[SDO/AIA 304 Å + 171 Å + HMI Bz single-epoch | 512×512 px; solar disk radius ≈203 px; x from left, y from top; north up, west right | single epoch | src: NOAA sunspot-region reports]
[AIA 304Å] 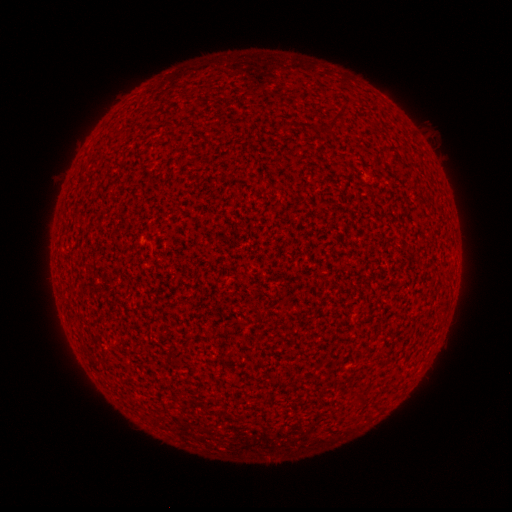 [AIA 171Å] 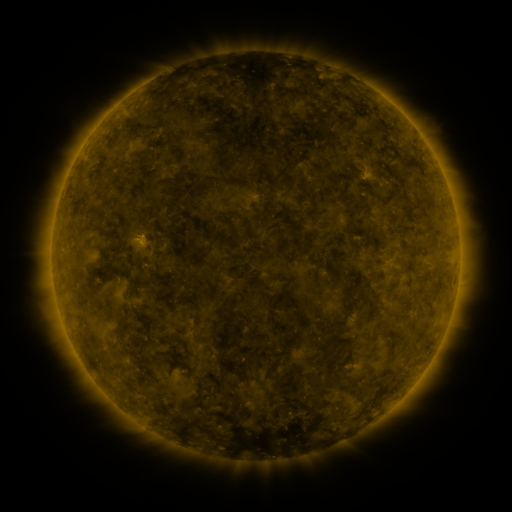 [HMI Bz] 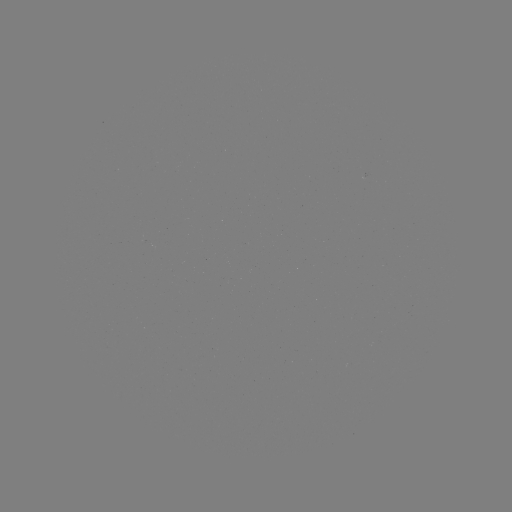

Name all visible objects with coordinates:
(none)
